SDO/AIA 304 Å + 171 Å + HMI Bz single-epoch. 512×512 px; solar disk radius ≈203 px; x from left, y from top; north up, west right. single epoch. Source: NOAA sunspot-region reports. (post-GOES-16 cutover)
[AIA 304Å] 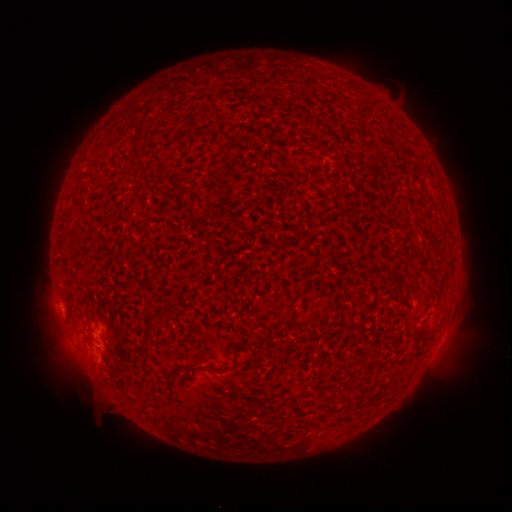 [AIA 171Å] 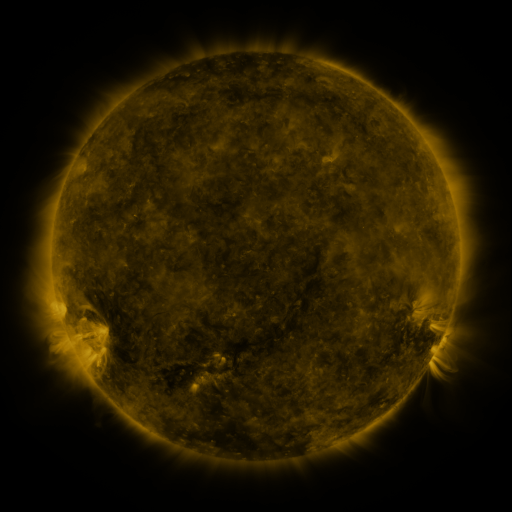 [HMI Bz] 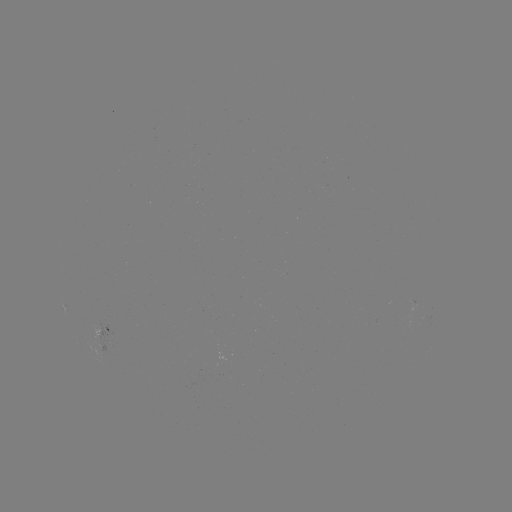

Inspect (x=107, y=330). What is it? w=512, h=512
spotted active region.